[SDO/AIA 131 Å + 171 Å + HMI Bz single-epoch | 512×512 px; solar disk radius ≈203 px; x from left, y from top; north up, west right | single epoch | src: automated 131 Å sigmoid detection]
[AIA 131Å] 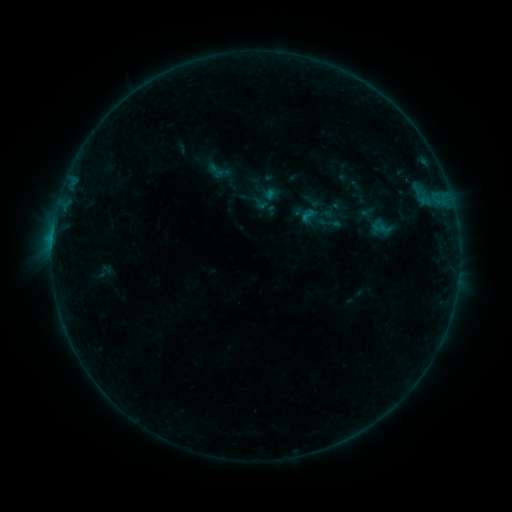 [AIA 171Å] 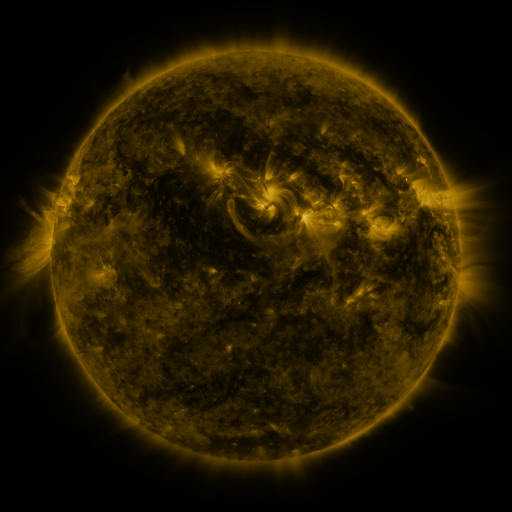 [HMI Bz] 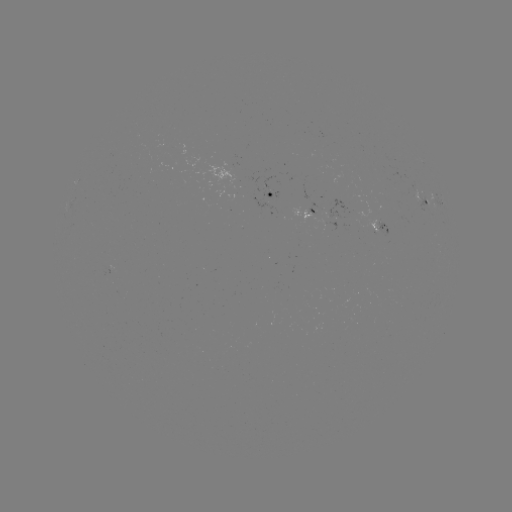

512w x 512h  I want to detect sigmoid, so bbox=[301, 191, 321, 211].